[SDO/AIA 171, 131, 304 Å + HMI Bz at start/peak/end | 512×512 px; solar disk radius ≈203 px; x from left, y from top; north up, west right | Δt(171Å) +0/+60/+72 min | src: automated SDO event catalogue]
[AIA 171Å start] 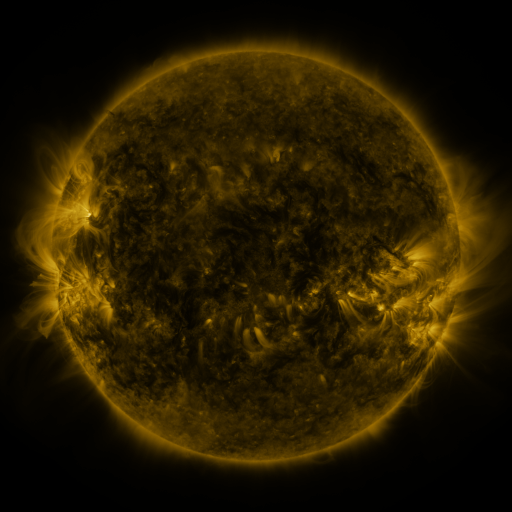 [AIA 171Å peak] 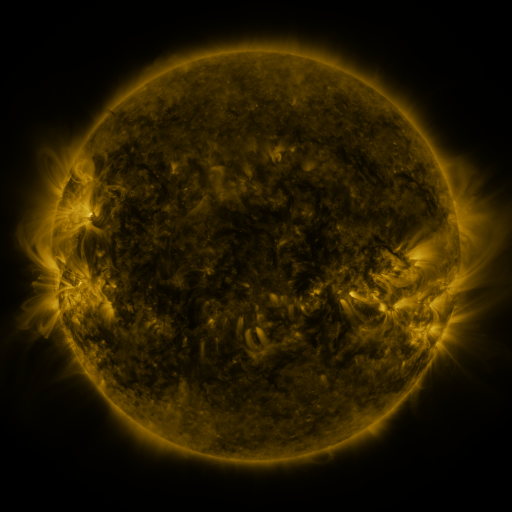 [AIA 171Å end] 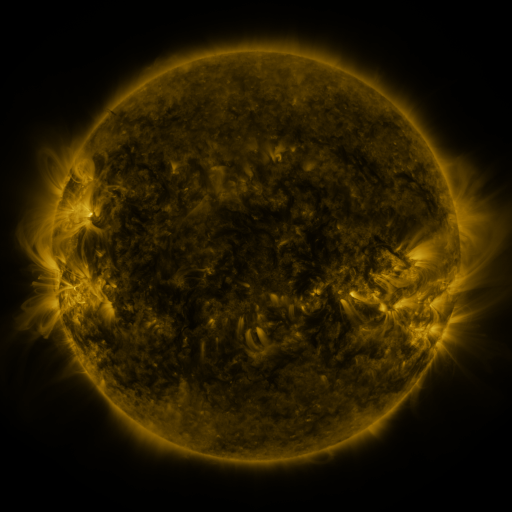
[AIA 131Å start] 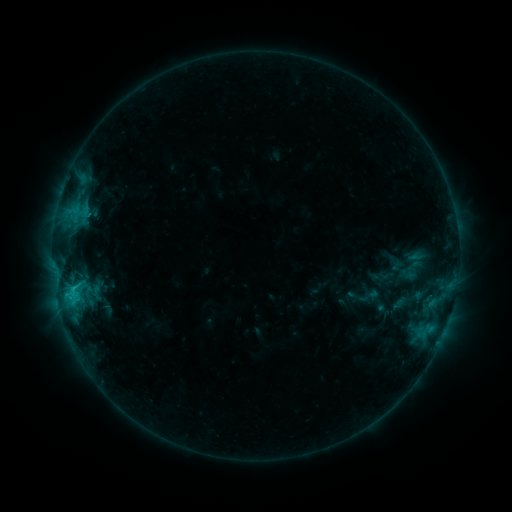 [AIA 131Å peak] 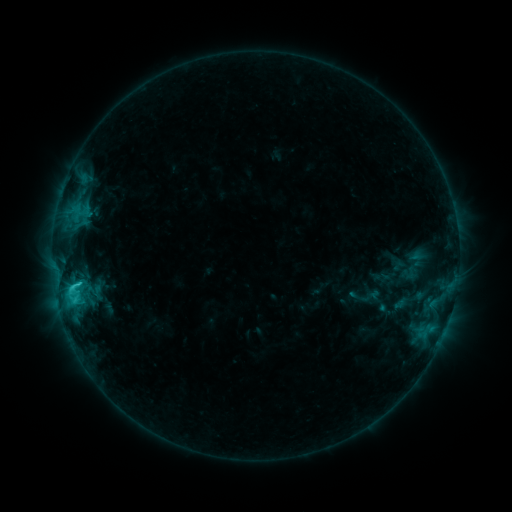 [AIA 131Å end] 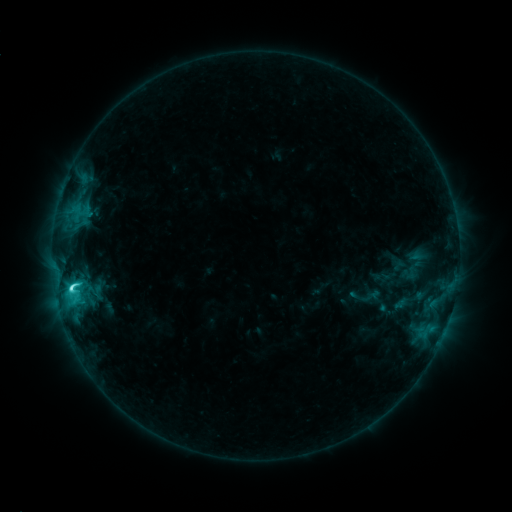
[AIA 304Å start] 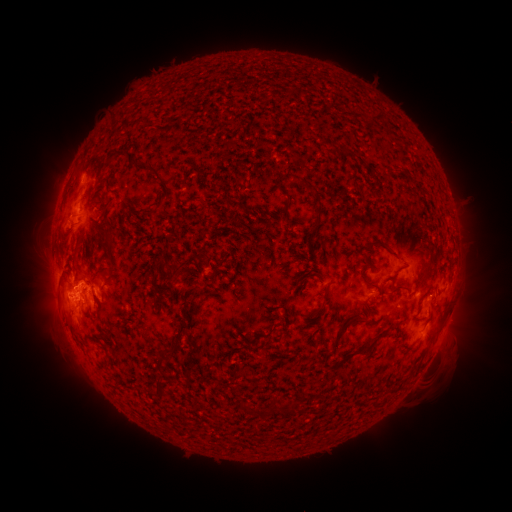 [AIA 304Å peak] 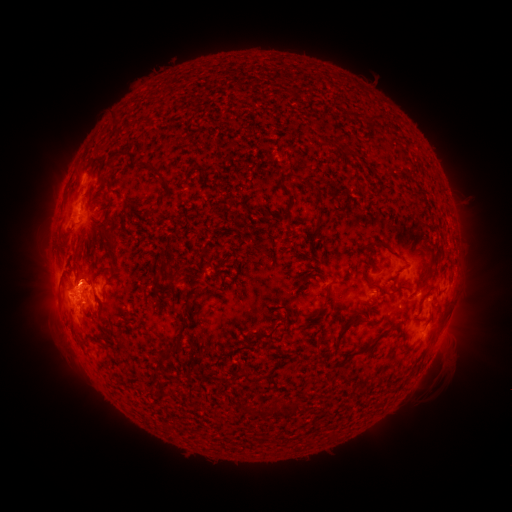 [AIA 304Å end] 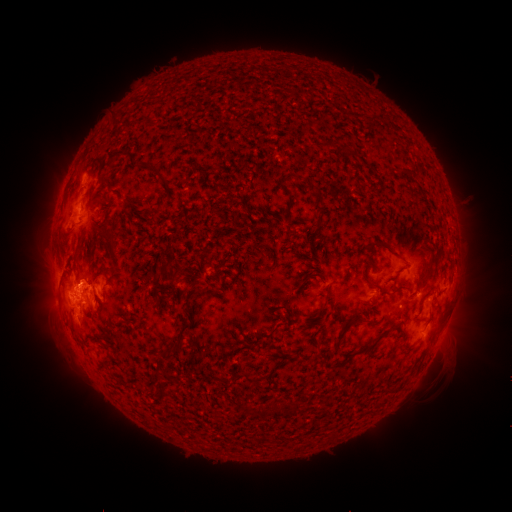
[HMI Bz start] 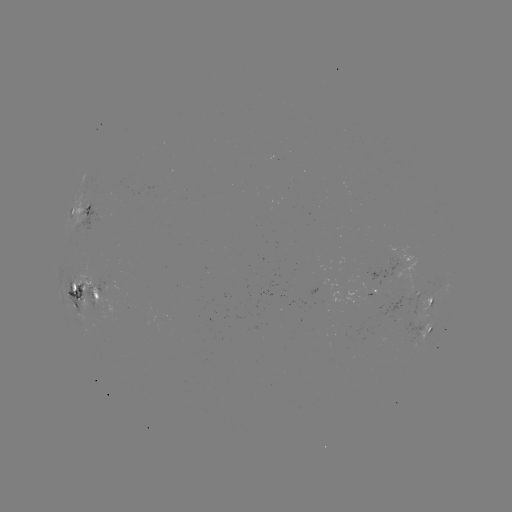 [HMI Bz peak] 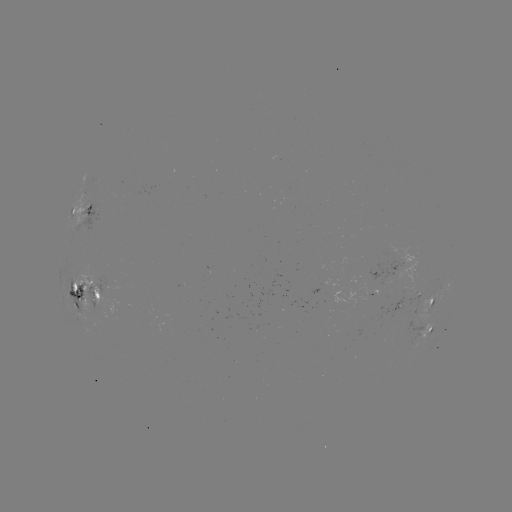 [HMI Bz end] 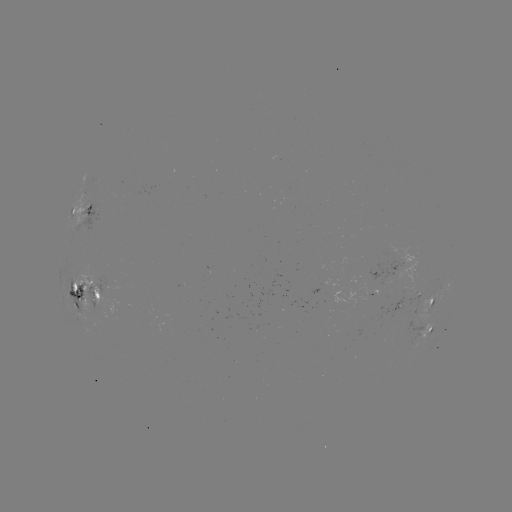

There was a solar emerging-flux region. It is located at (414, 292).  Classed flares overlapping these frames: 1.